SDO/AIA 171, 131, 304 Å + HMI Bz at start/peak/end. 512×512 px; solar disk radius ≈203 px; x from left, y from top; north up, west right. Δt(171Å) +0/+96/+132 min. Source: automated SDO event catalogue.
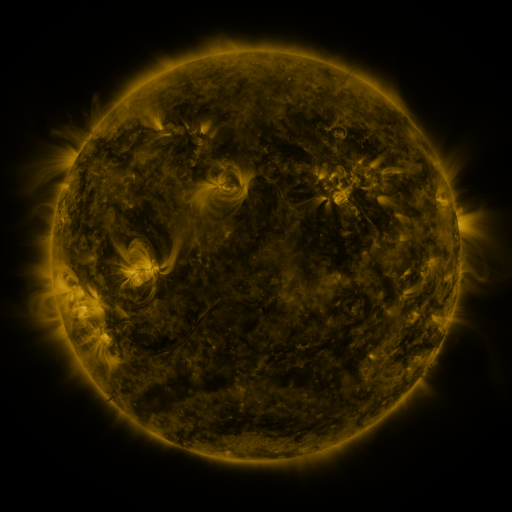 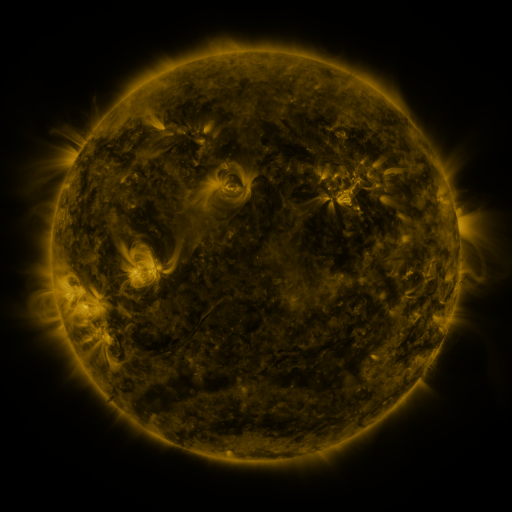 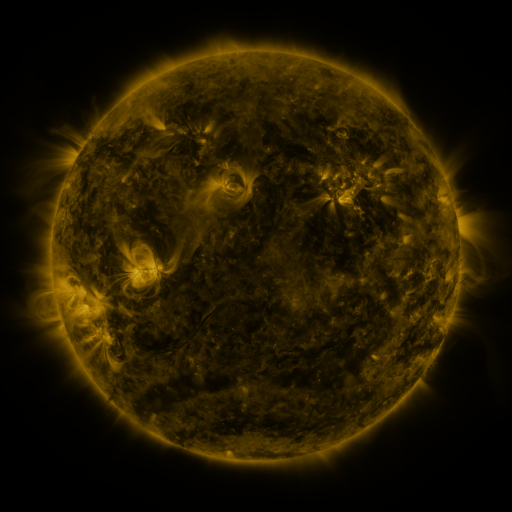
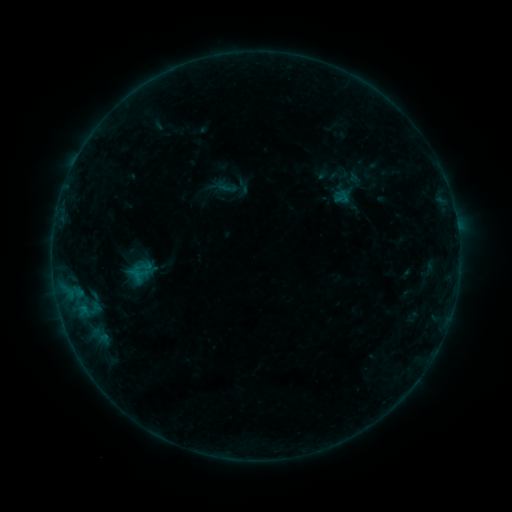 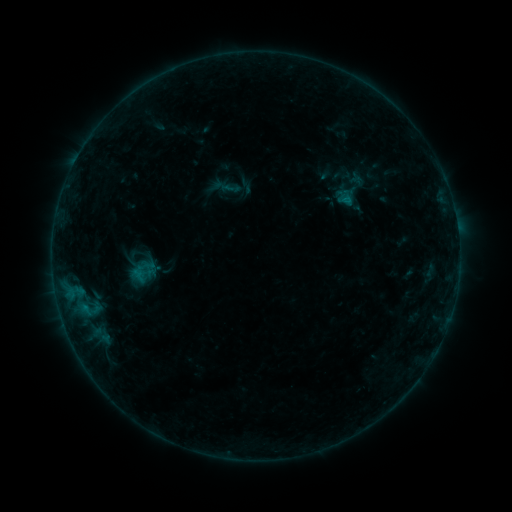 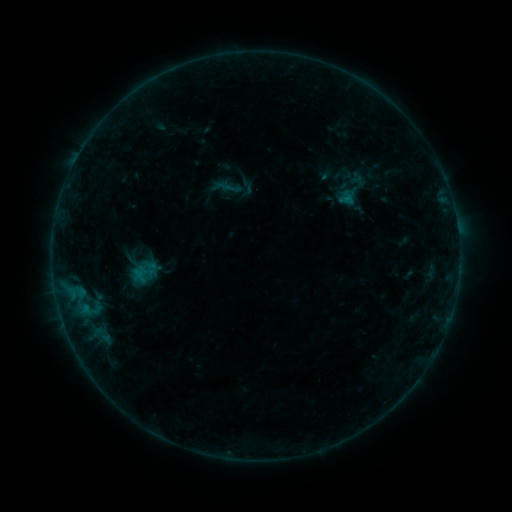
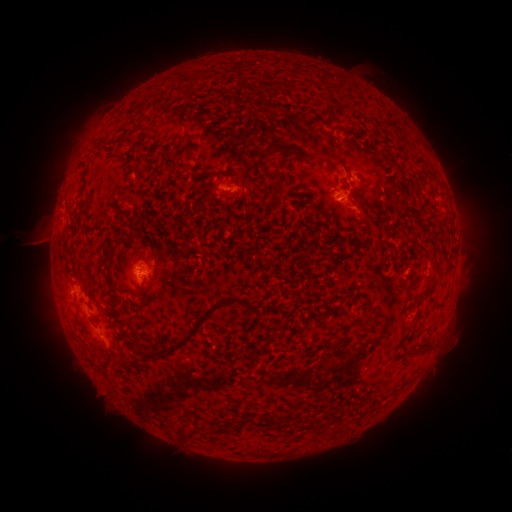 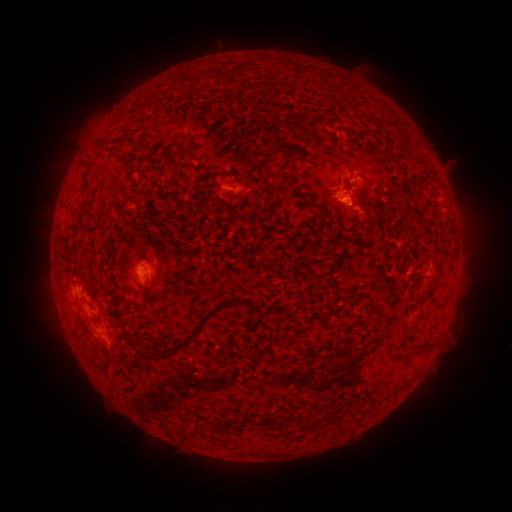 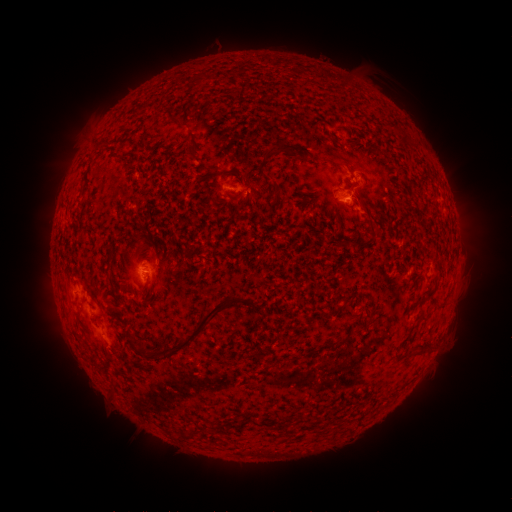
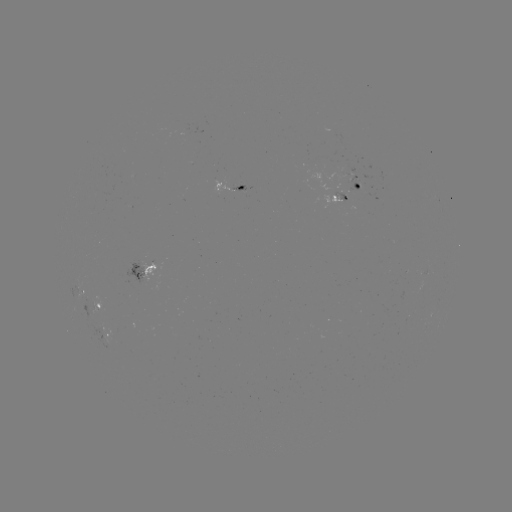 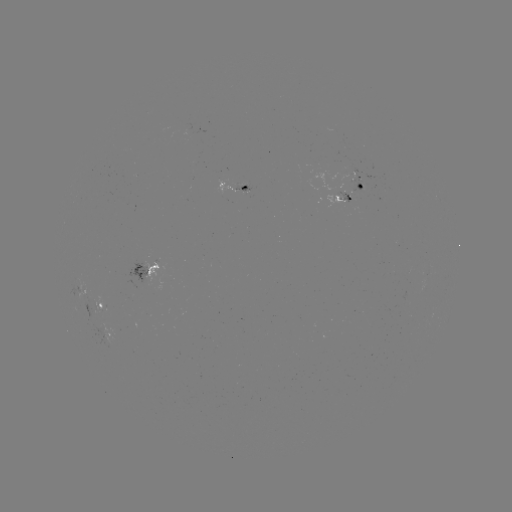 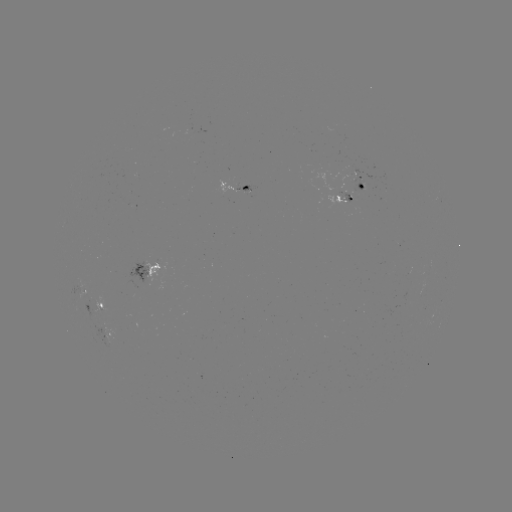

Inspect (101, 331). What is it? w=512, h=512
emerging-flux region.